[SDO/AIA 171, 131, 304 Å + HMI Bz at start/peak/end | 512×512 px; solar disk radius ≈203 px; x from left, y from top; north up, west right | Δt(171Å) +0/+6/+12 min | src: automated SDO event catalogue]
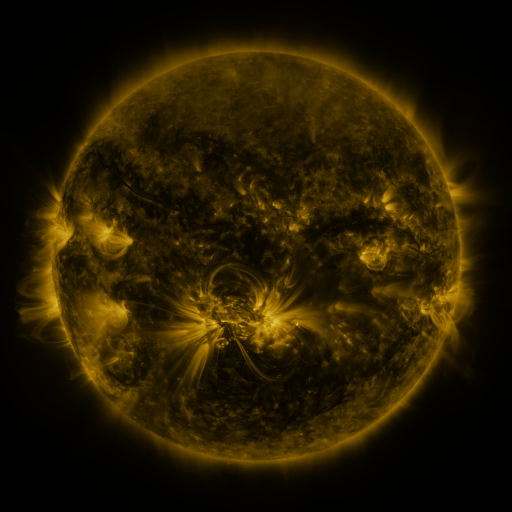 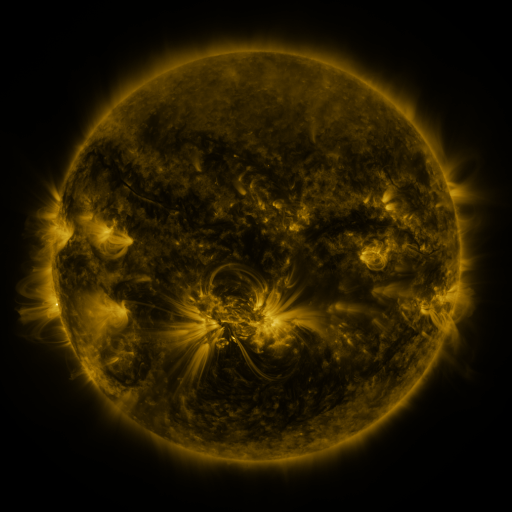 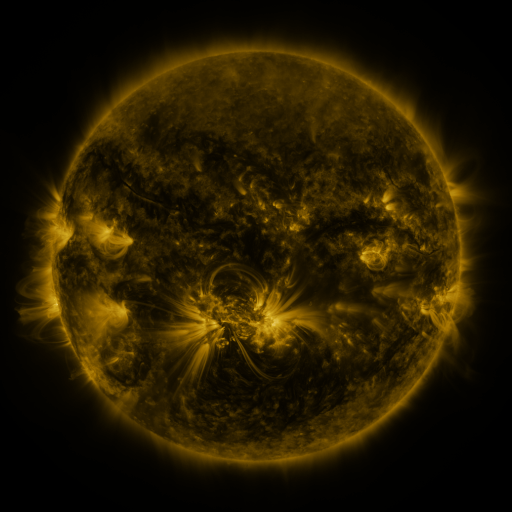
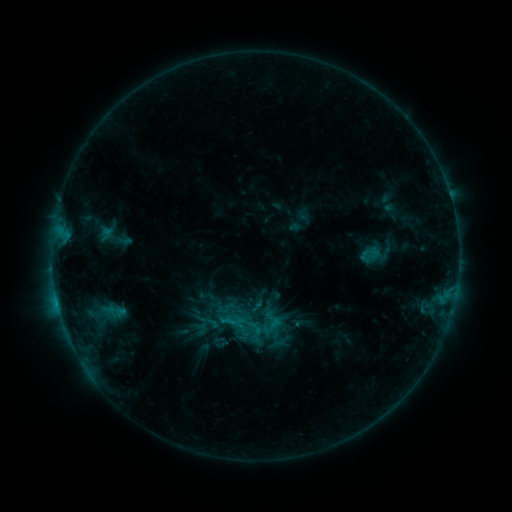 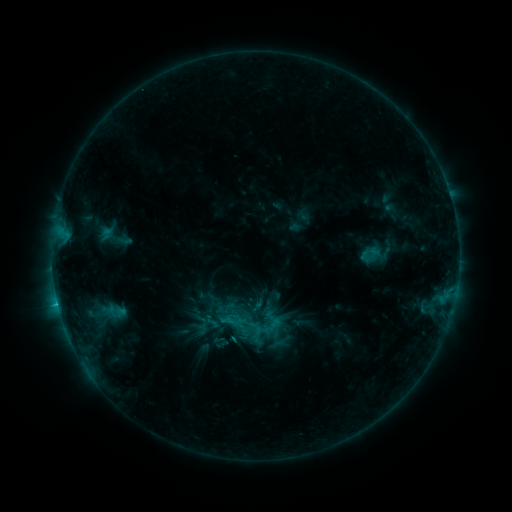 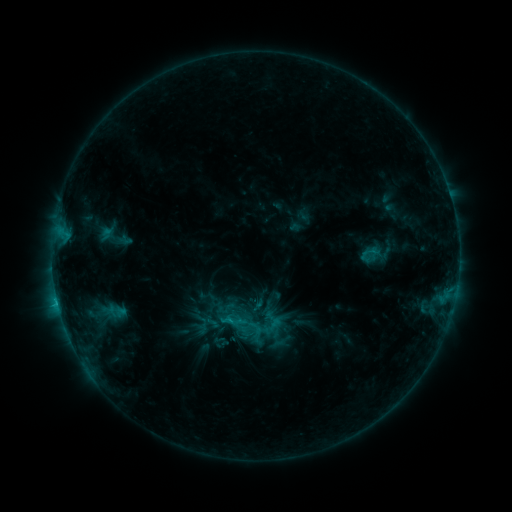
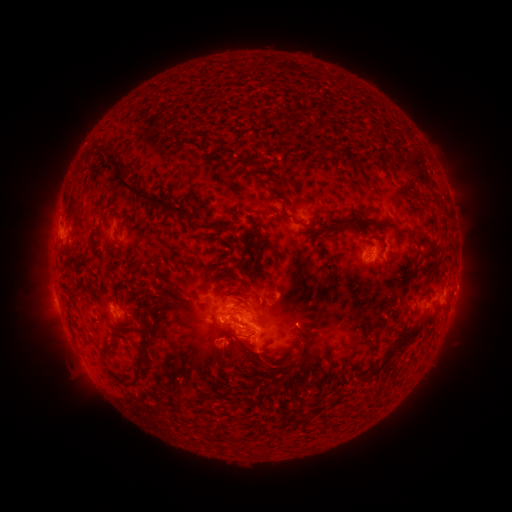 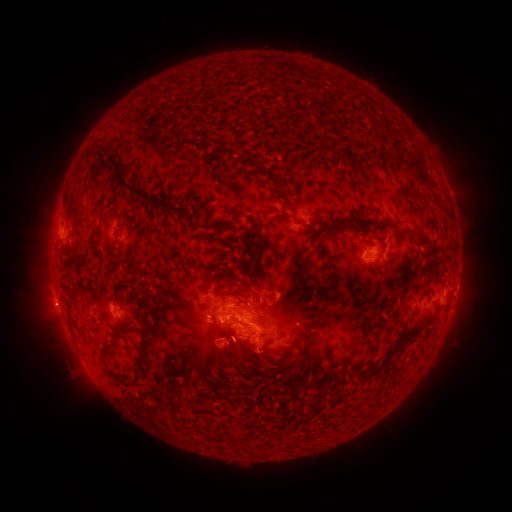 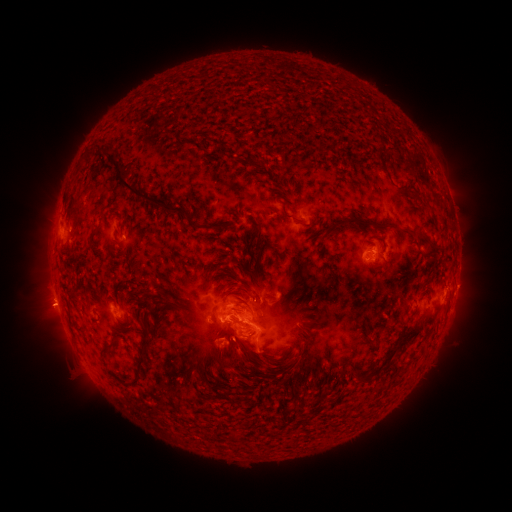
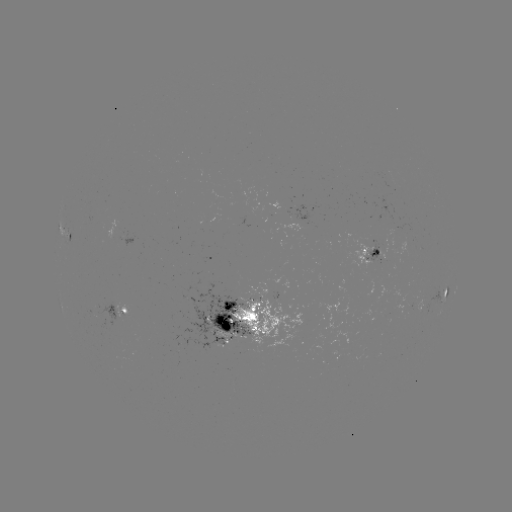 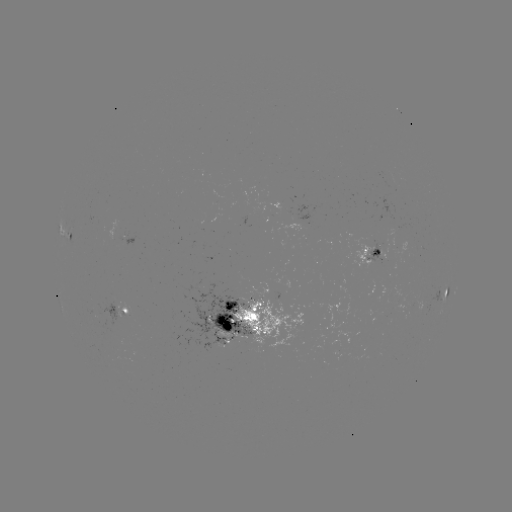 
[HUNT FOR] eruption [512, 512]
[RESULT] (47, 310)